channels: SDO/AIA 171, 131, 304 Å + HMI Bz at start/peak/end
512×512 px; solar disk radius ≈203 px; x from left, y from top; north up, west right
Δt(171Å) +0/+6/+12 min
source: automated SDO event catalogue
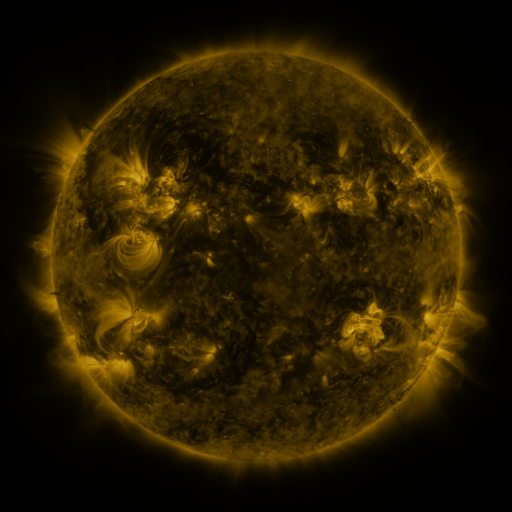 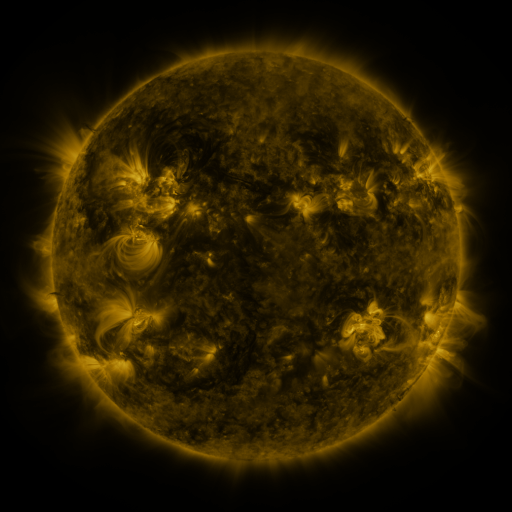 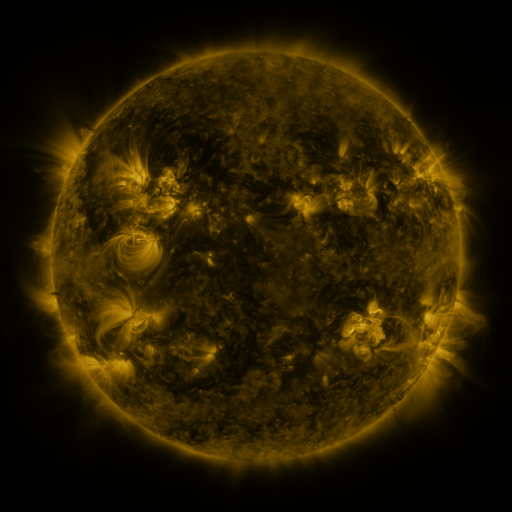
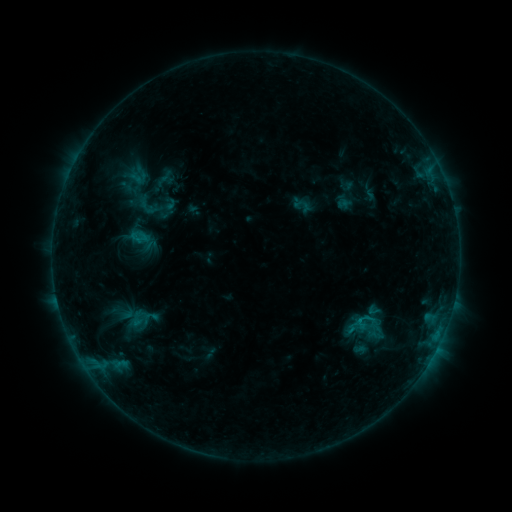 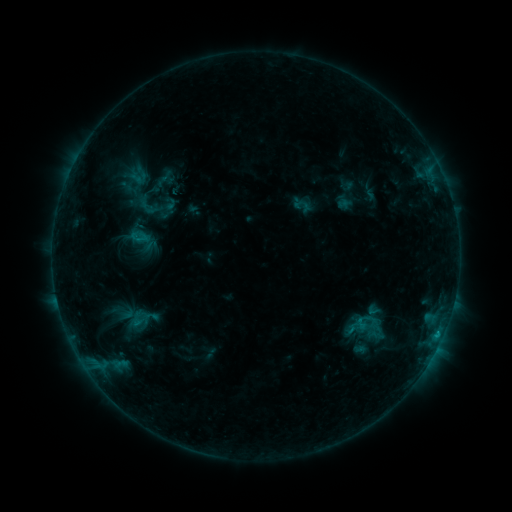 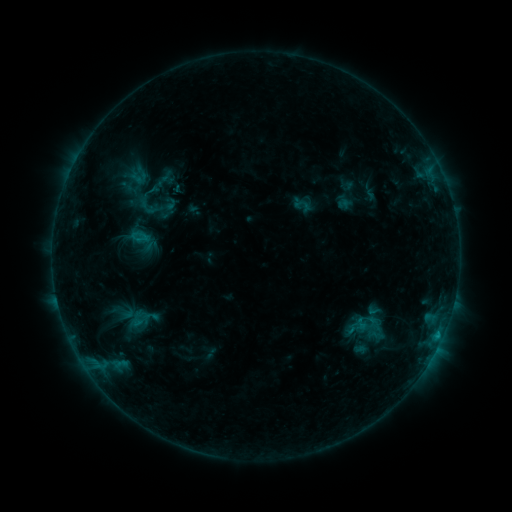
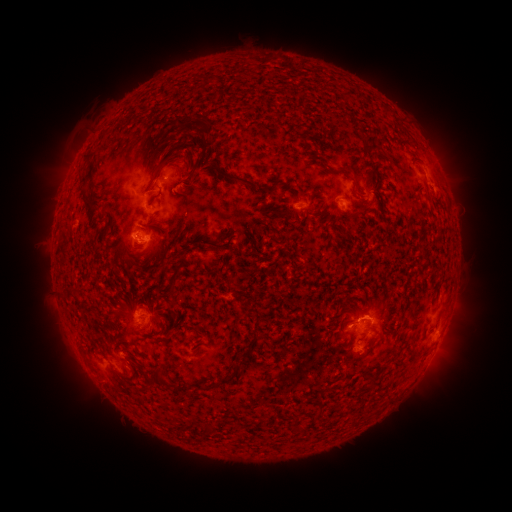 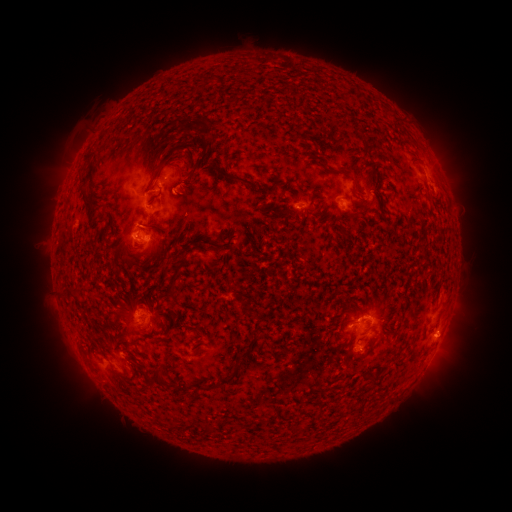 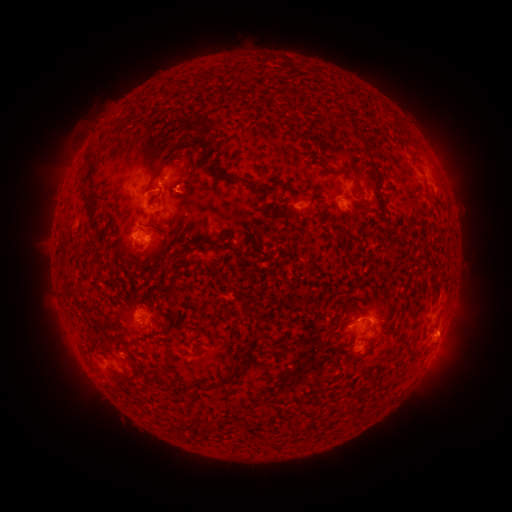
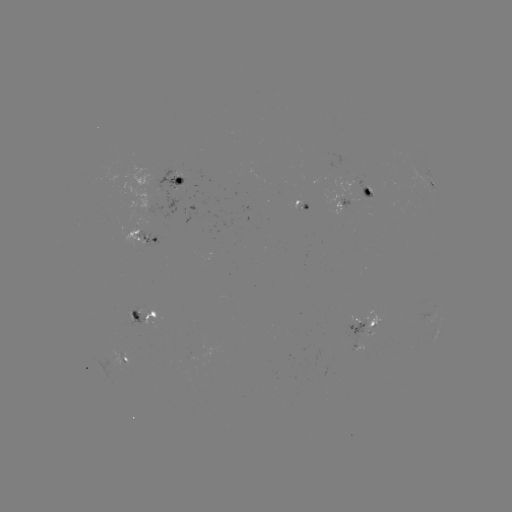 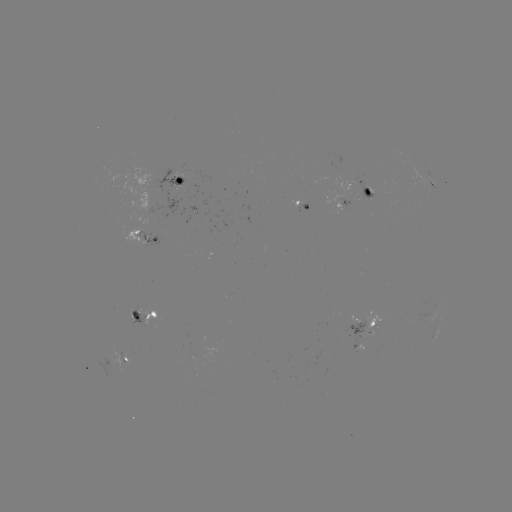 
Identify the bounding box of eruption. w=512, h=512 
[415, 313, 478, 367].